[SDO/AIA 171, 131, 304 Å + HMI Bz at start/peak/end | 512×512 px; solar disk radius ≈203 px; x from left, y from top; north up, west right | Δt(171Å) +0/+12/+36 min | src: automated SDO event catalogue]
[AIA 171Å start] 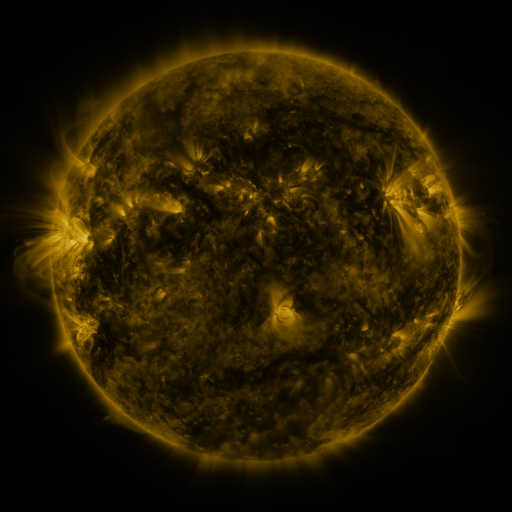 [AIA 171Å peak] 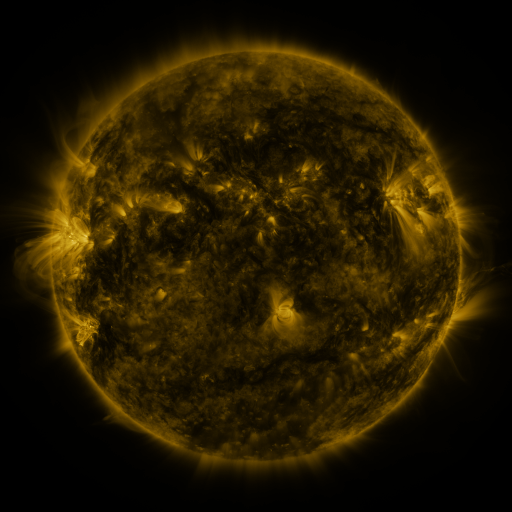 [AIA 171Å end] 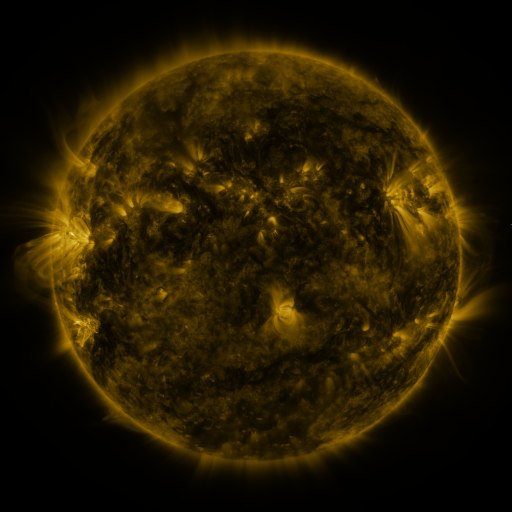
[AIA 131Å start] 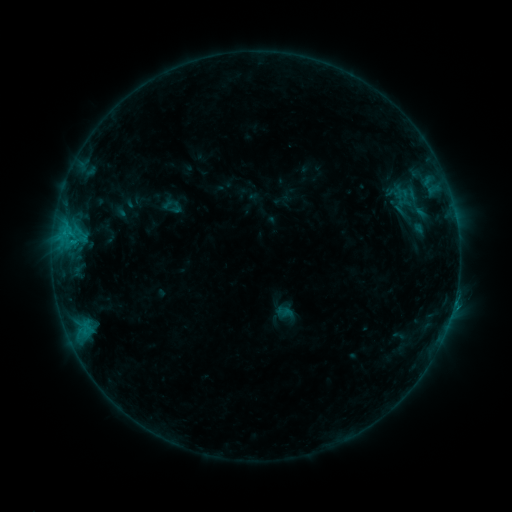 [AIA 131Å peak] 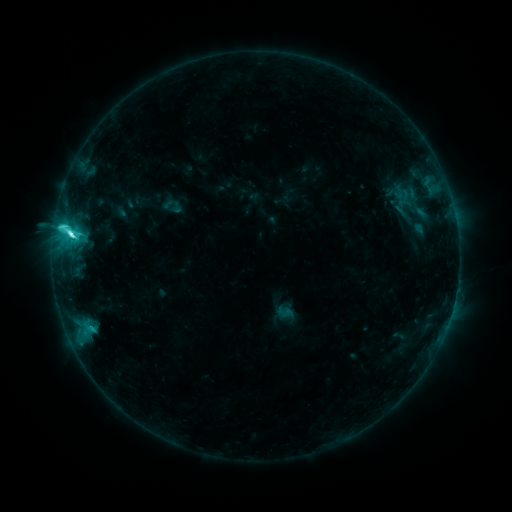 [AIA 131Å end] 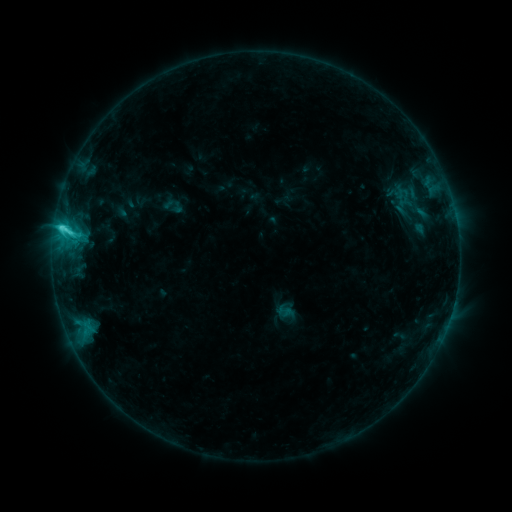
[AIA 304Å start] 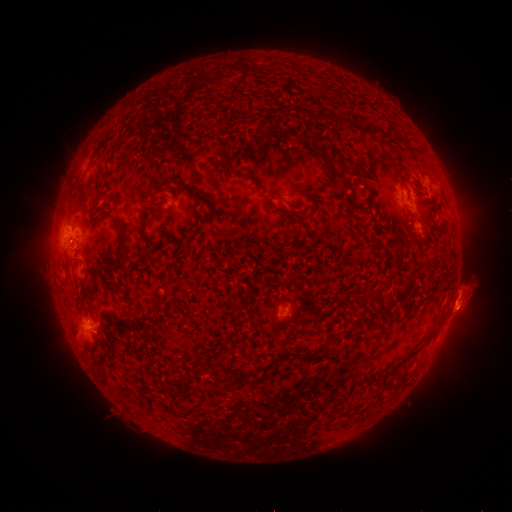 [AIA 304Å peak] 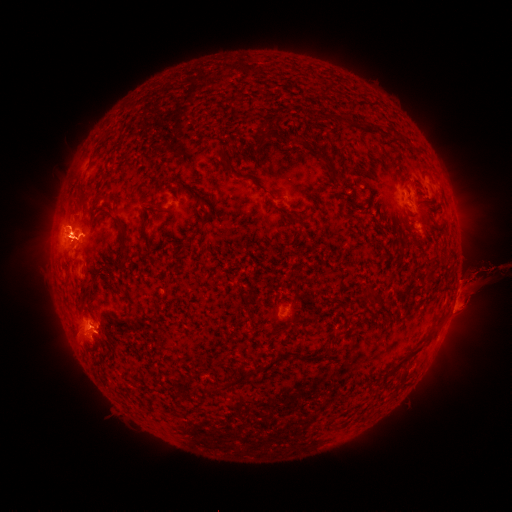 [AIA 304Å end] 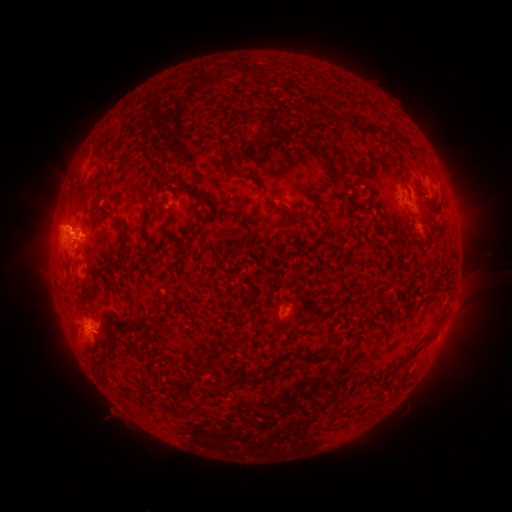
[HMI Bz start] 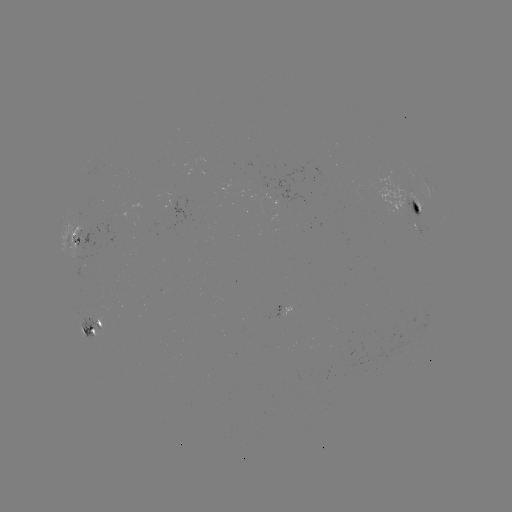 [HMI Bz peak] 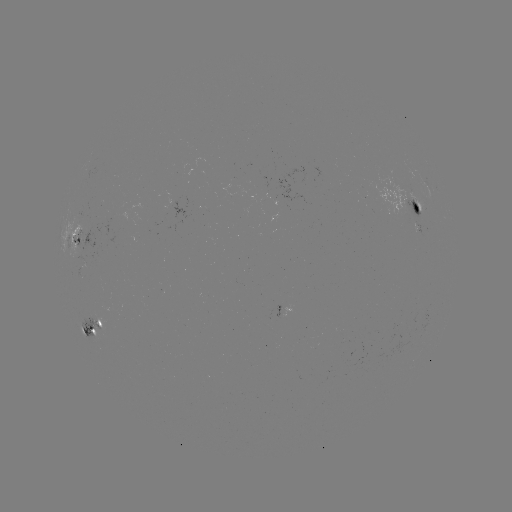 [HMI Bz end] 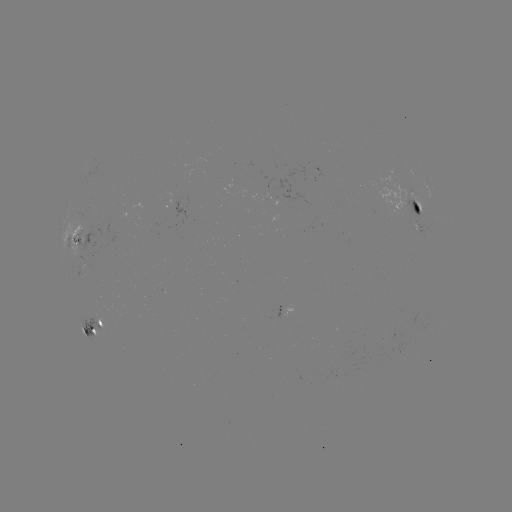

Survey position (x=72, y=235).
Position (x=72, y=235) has C7.5 flare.